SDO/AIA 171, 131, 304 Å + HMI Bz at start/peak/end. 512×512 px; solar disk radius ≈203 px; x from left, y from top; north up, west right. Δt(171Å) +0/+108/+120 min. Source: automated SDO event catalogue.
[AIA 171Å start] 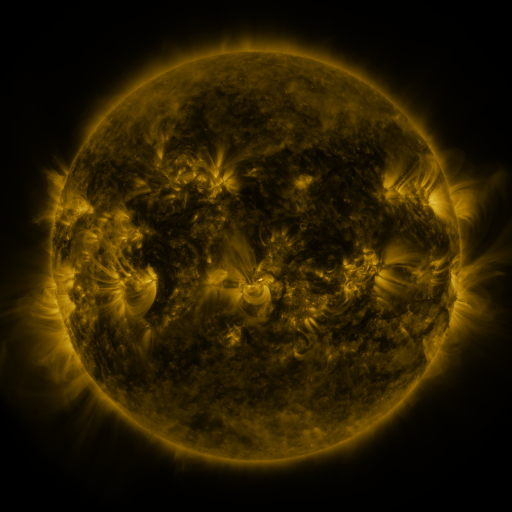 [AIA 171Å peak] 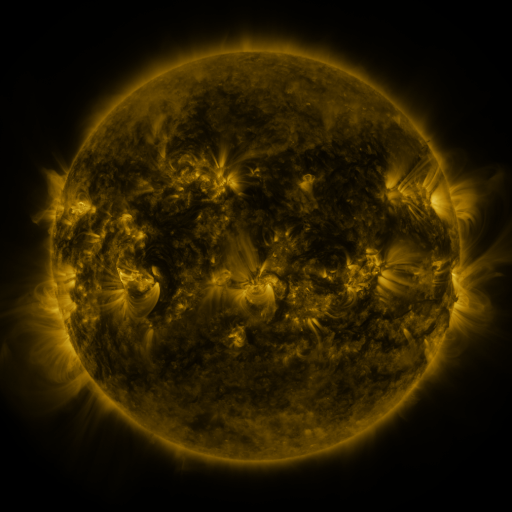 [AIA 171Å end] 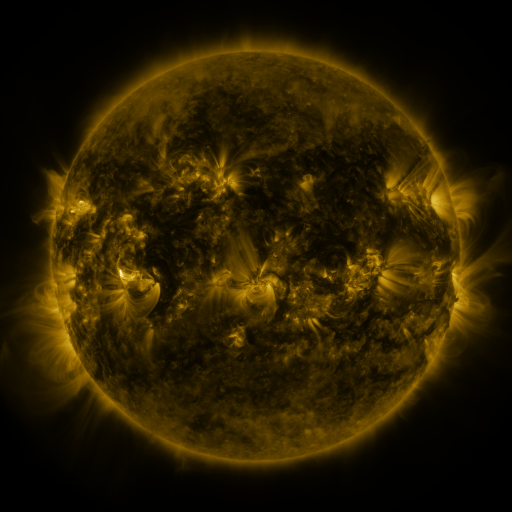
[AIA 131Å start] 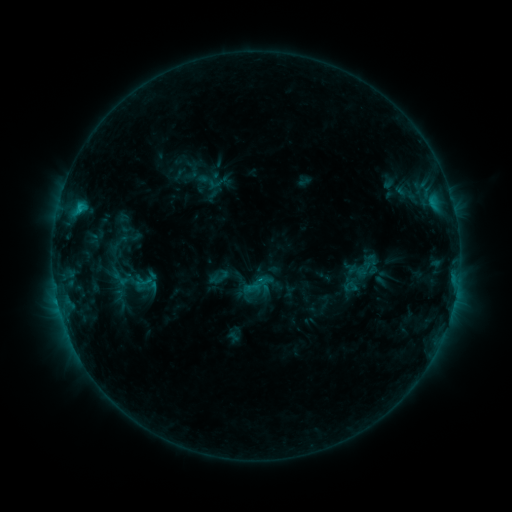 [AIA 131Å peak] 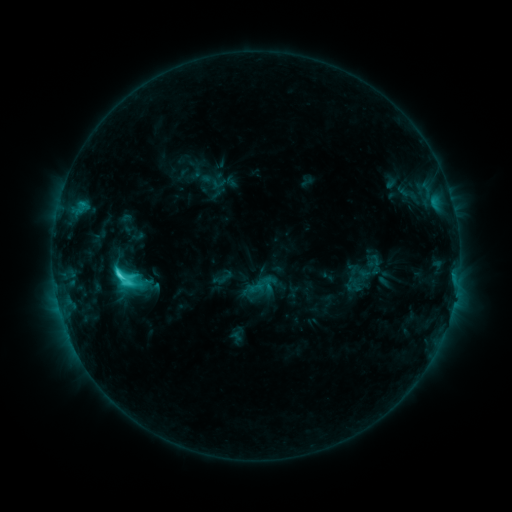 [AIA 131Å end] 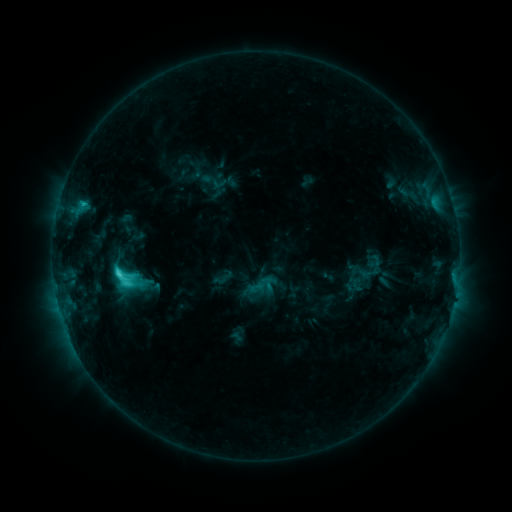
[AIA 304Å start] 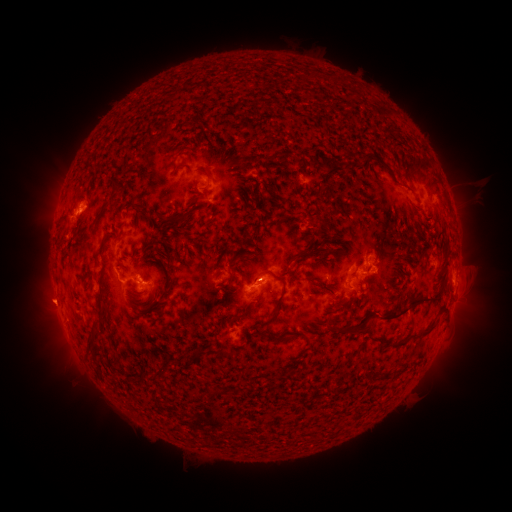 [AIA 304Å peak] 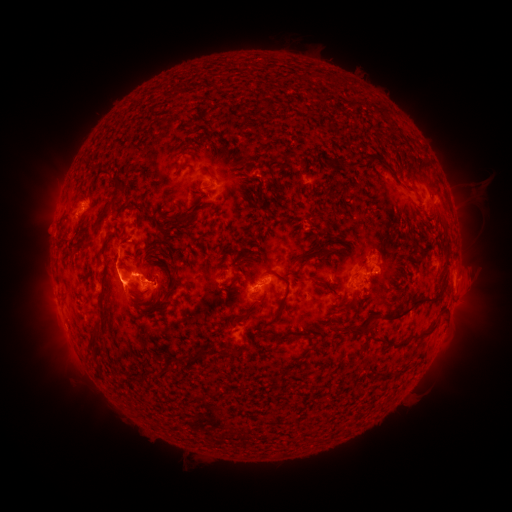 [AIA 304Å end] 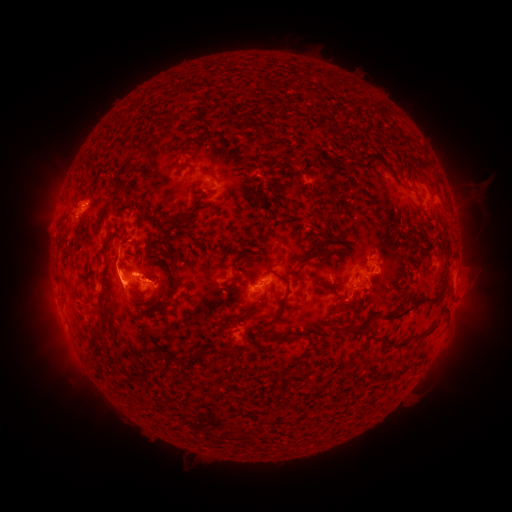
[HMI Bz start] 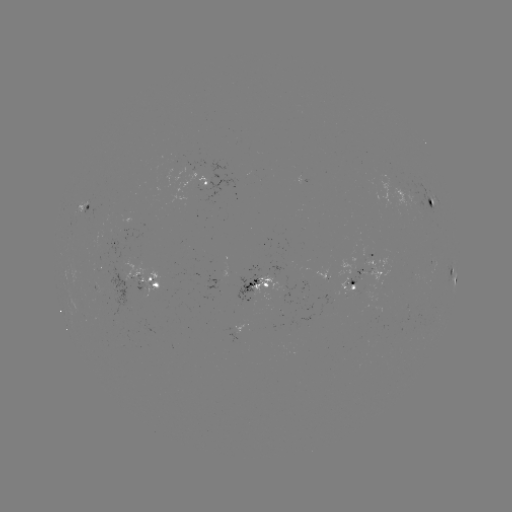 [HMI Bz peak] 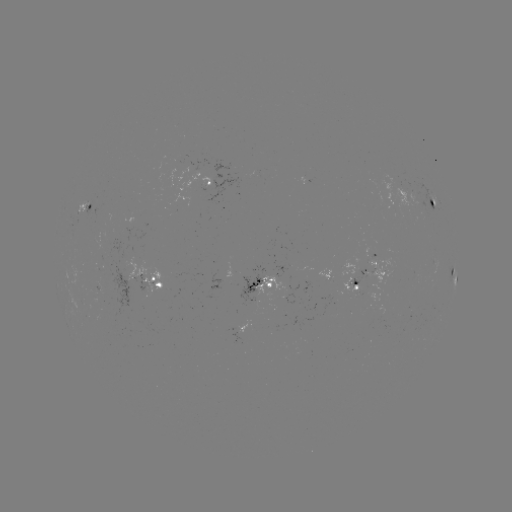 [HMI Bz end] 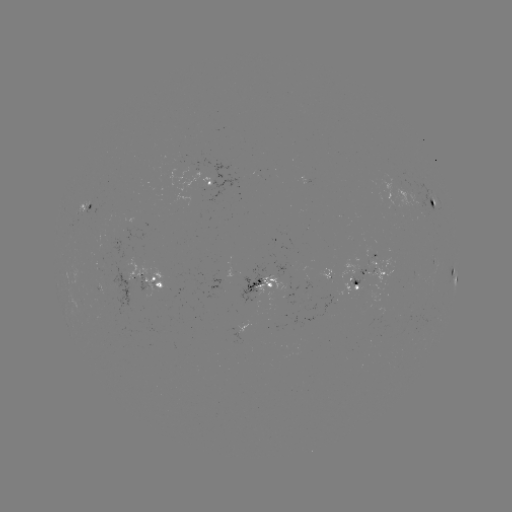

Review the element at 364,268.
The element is emerging-flux region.